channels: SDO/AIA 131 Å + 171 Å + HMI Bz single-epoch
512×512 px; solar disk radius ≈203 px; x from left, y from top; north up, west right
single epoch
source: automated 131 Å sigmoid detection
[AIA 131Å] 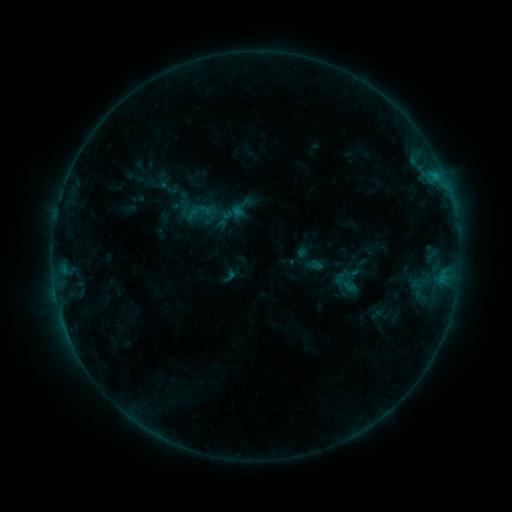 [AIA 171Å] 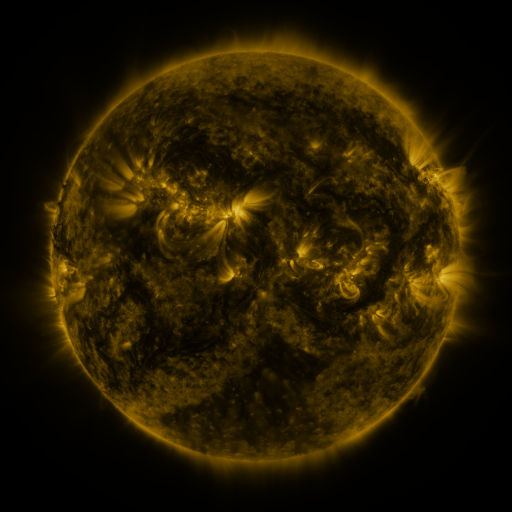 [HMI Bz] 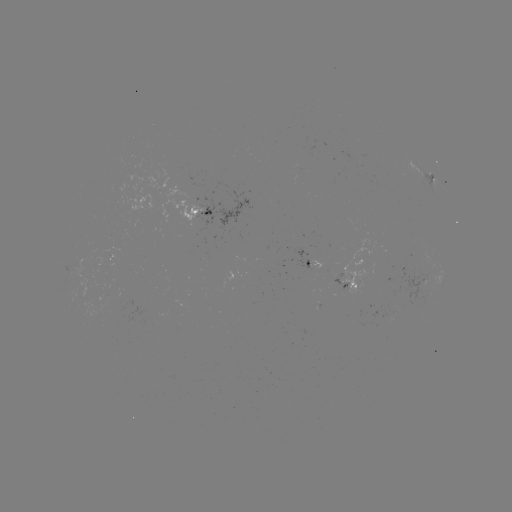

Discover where sigmoid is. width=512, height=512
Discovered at [200, 211].